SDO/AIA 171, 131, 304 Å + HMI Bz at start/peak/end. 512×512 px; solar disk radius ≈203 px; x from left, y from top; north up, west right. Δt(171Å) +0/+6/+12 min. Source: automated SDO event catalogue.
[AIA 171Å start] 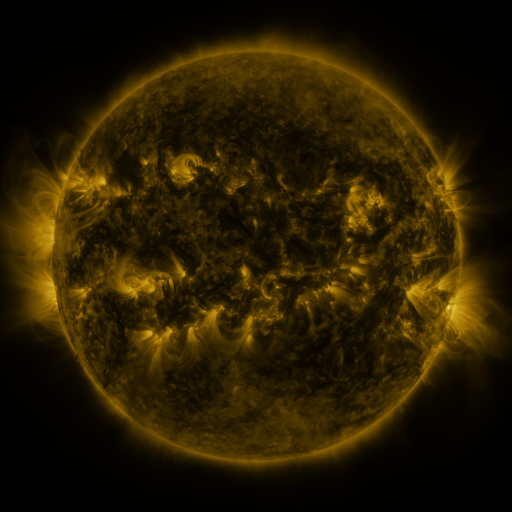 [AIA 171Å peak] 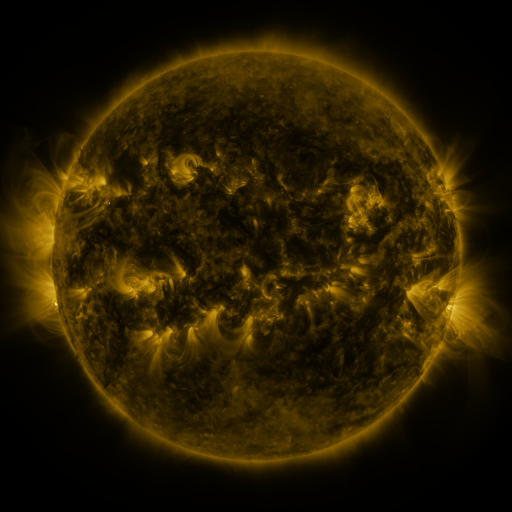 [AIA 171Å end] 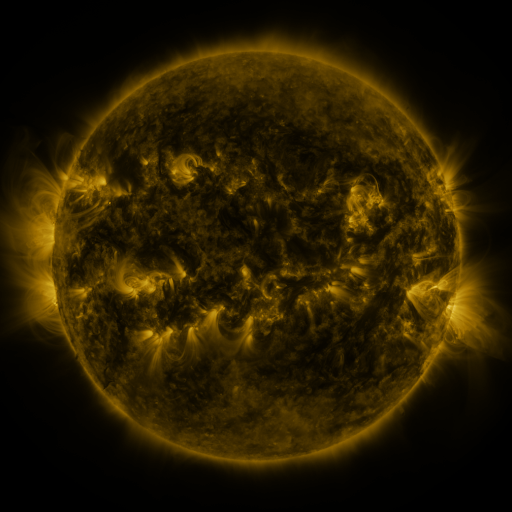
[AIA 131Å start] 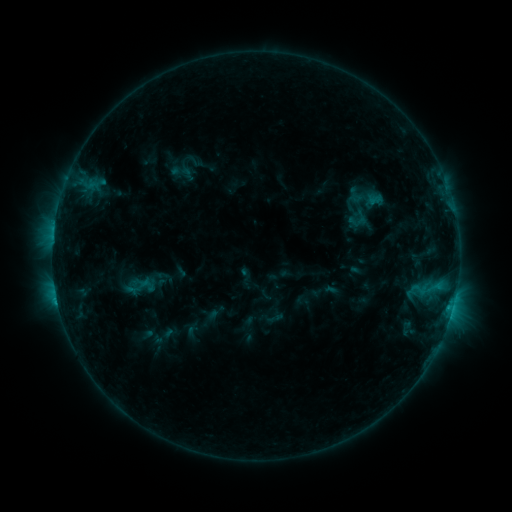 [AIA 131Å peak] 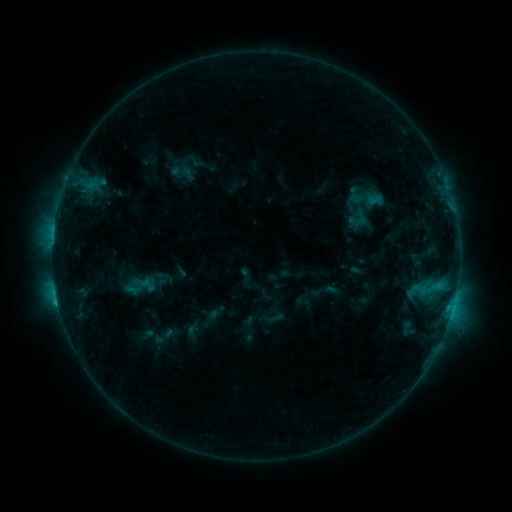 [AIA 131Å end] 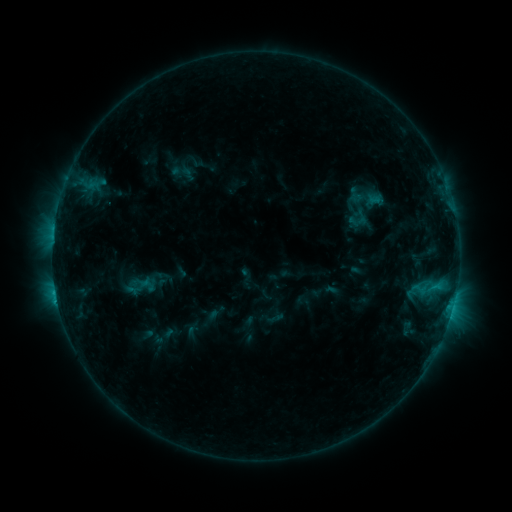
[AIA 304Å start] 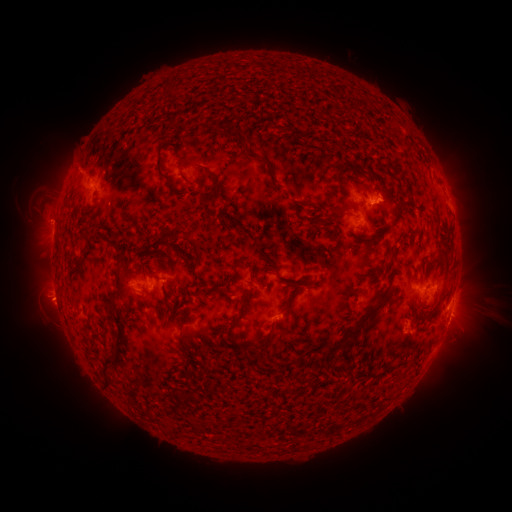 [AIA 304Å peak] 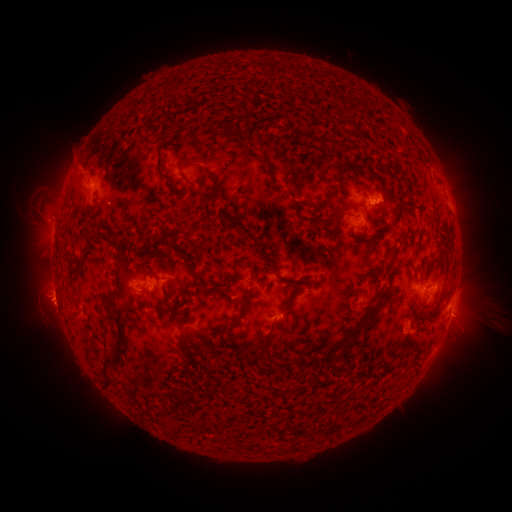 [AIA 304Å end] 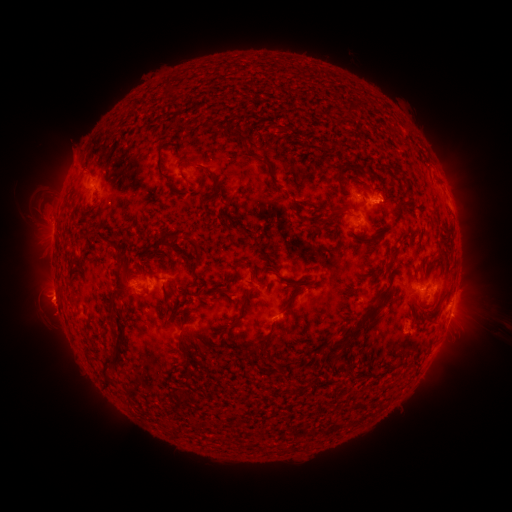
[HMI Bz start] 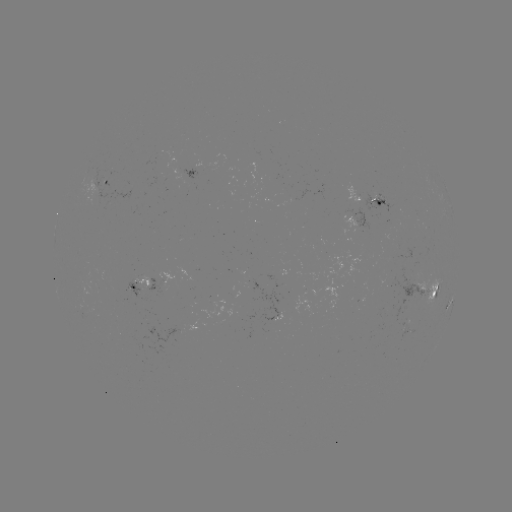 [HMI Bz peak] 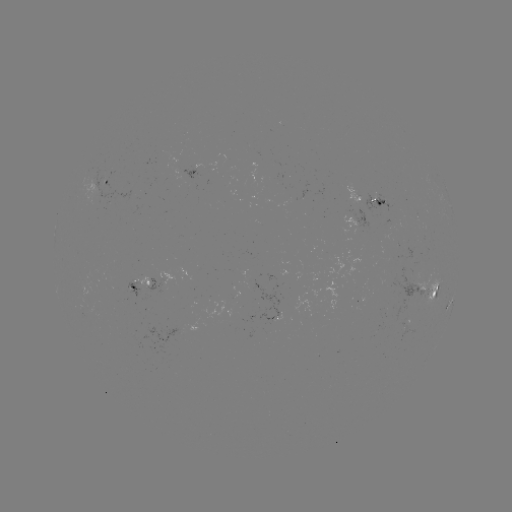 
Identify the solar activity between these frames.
eruption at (77, 158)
